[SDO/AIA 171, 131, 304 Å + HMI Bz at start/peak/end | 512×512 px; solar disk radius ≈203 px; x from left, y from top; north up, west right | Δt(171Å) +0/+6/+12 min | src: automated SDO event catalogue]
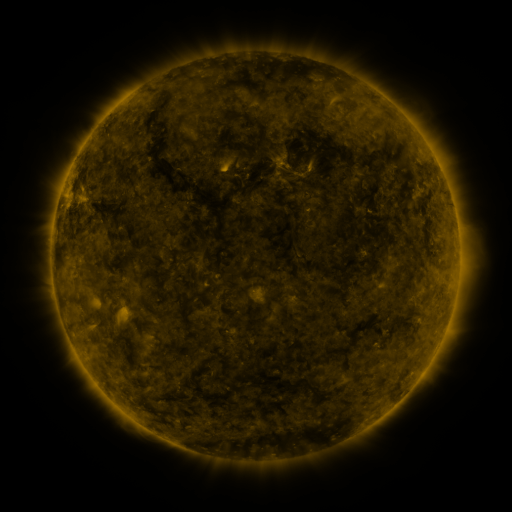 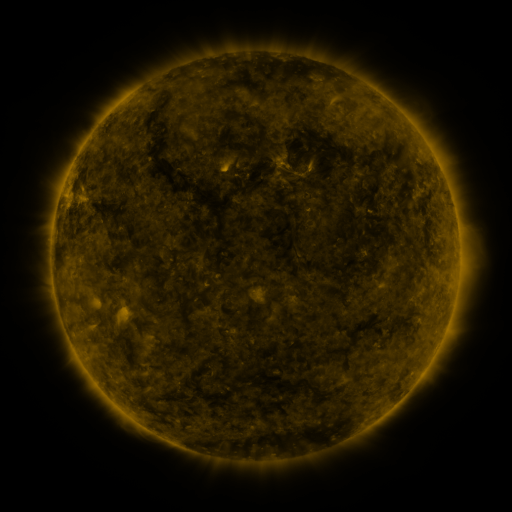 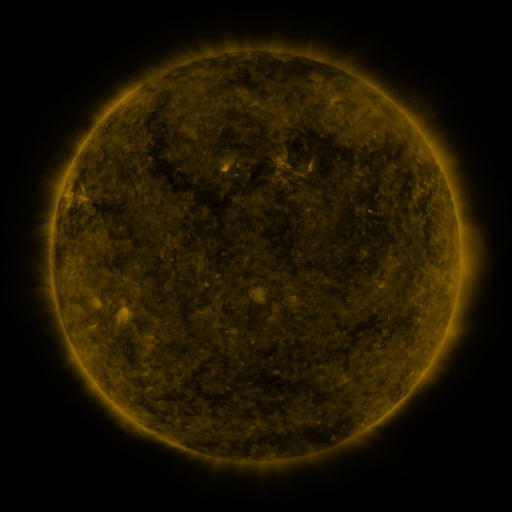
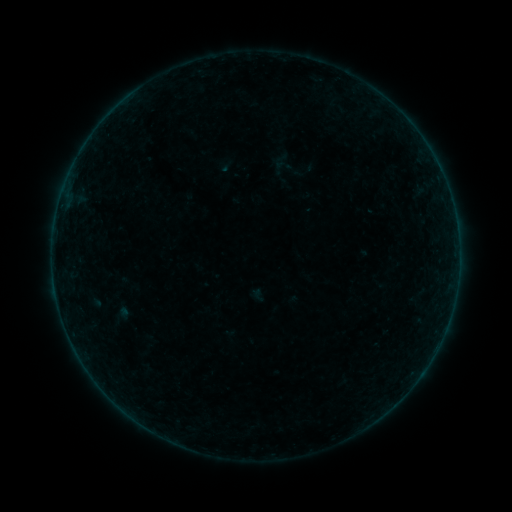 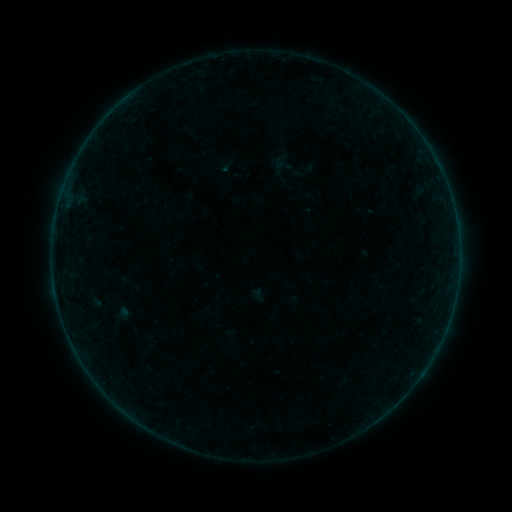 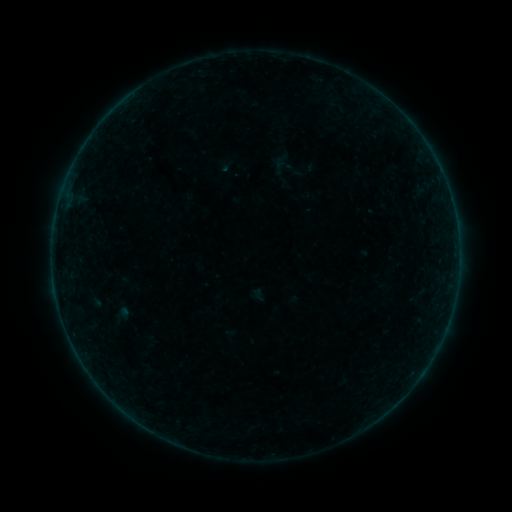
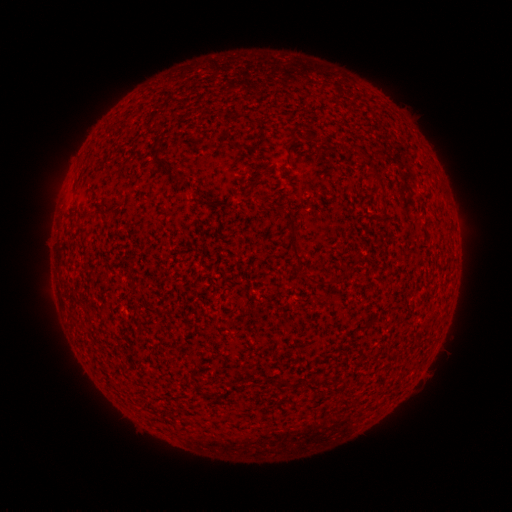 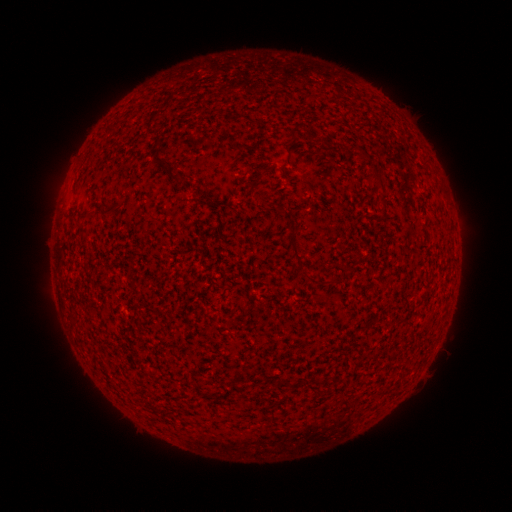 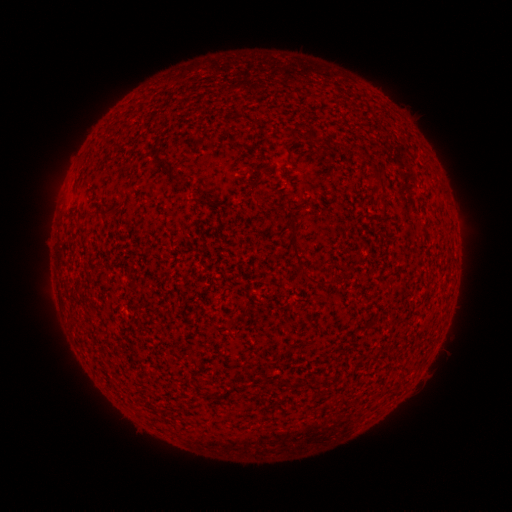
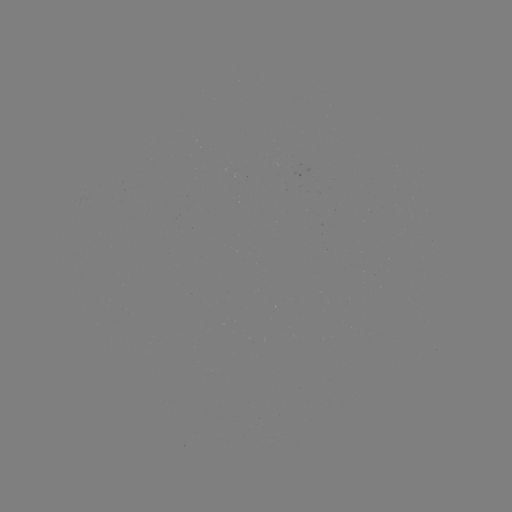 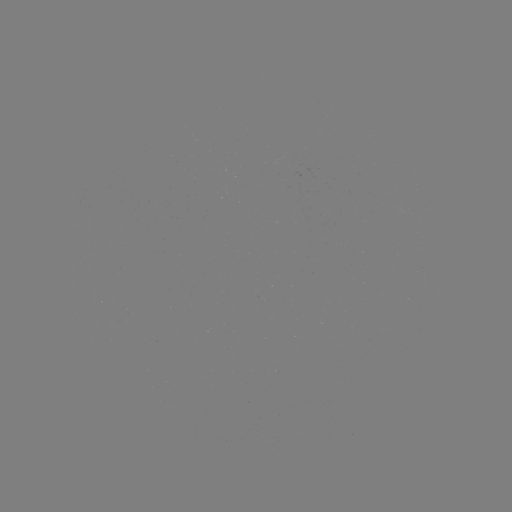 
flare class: B2.6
